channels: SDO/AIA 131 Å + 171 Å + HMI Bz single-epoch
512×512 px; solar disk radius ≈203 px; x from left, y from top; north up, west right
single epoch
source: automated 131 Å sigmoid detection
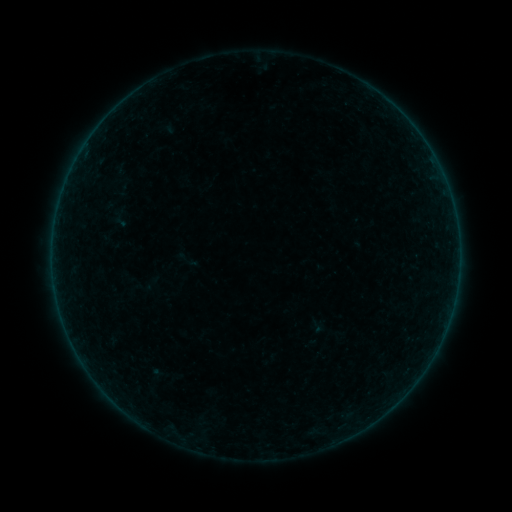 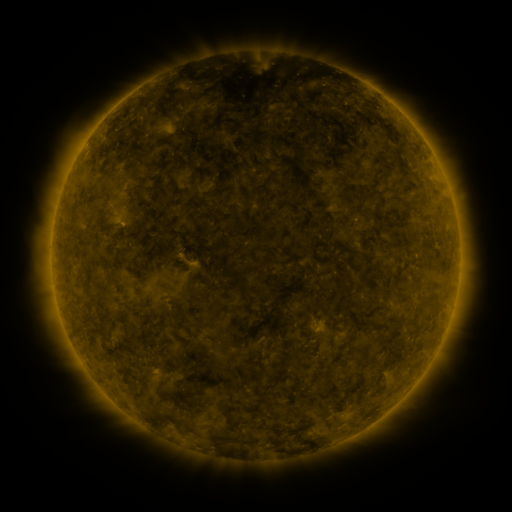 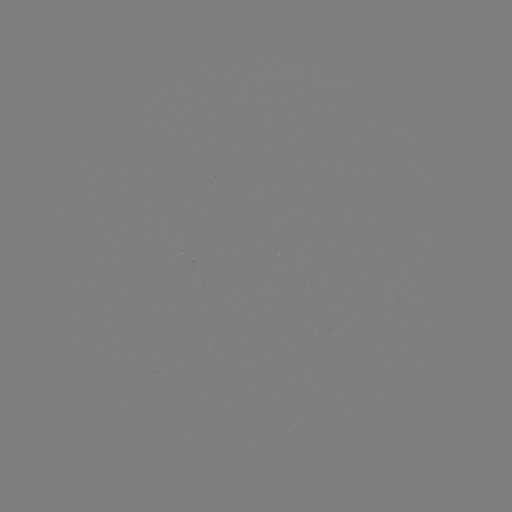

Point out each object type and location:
sigmoid: (175, 248, 195, 271)
